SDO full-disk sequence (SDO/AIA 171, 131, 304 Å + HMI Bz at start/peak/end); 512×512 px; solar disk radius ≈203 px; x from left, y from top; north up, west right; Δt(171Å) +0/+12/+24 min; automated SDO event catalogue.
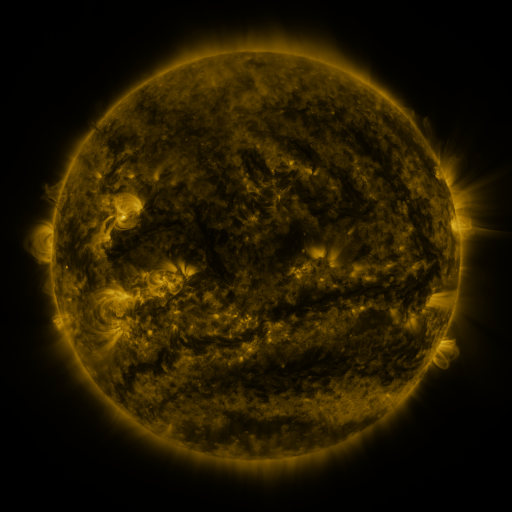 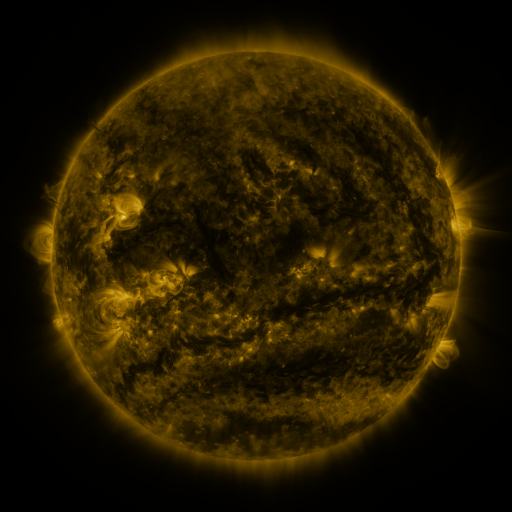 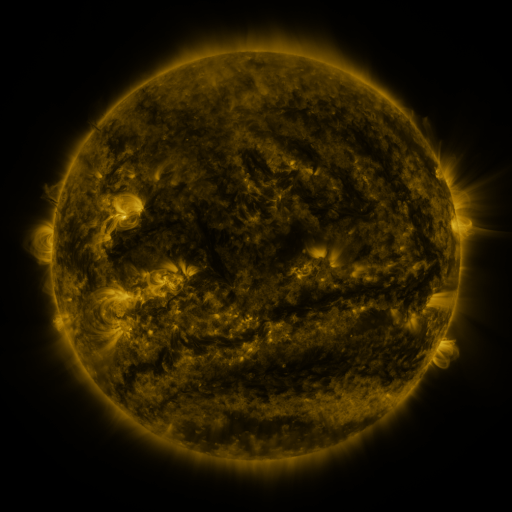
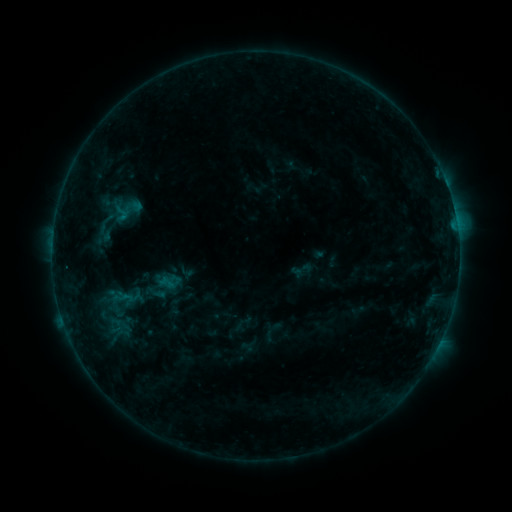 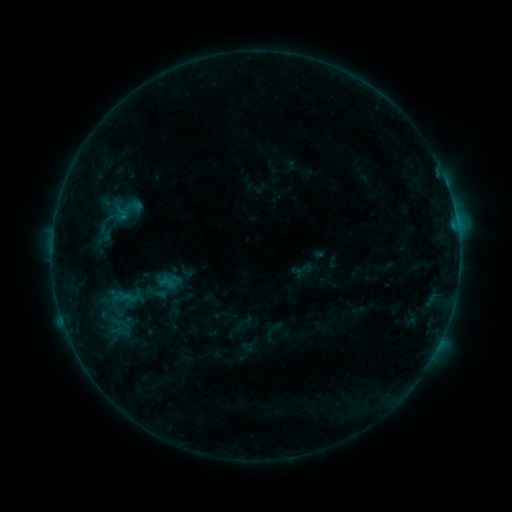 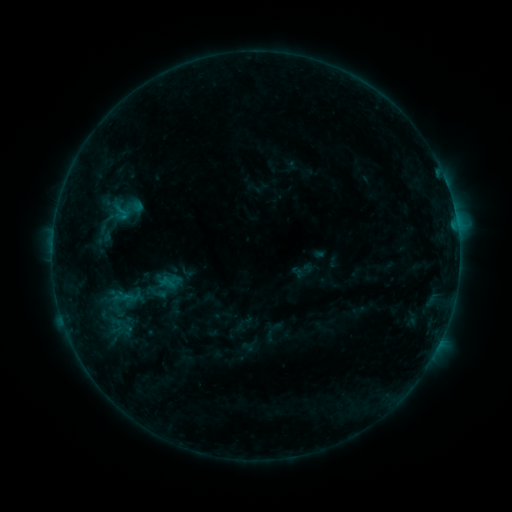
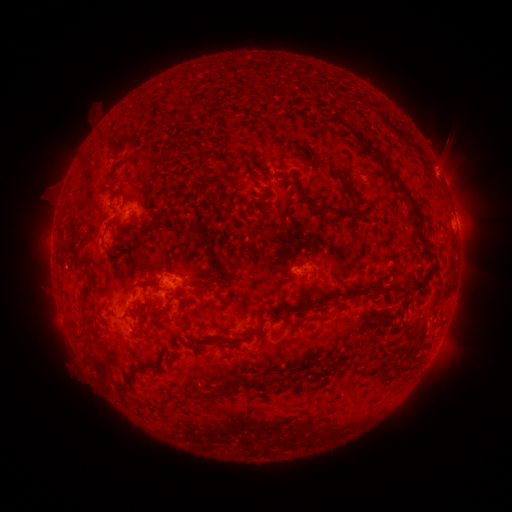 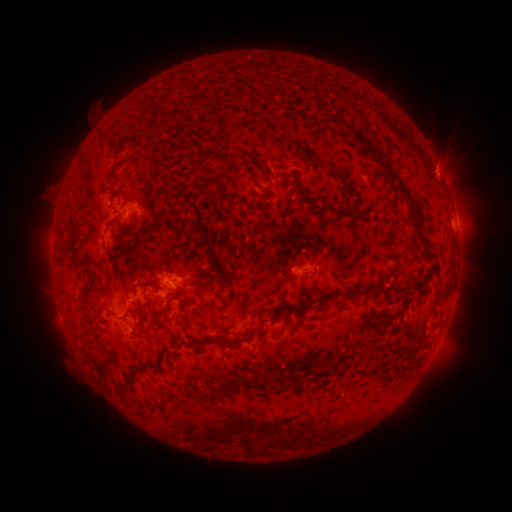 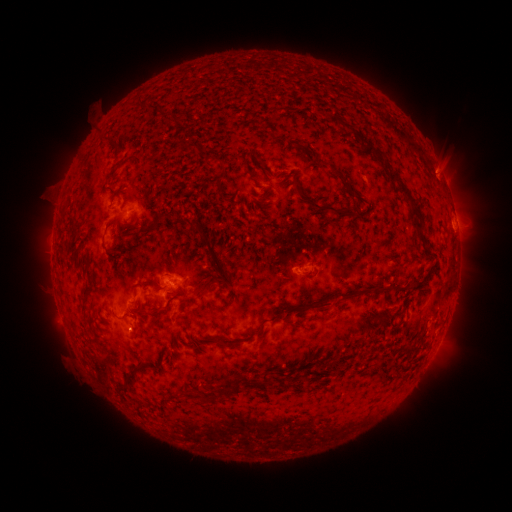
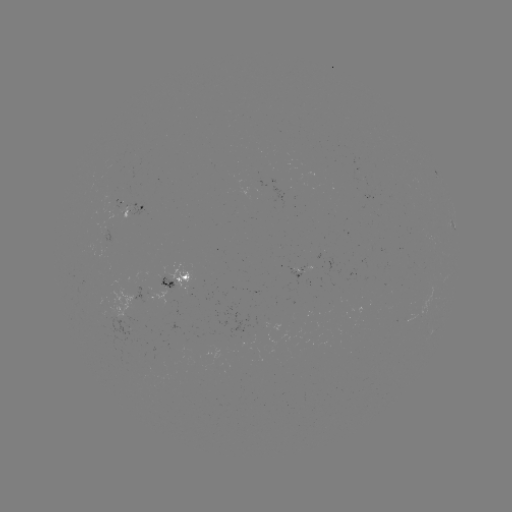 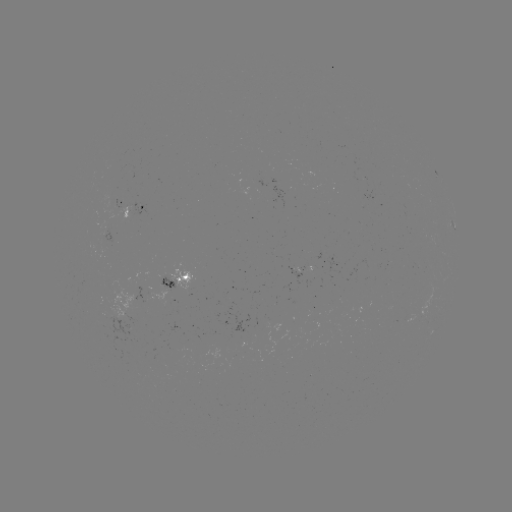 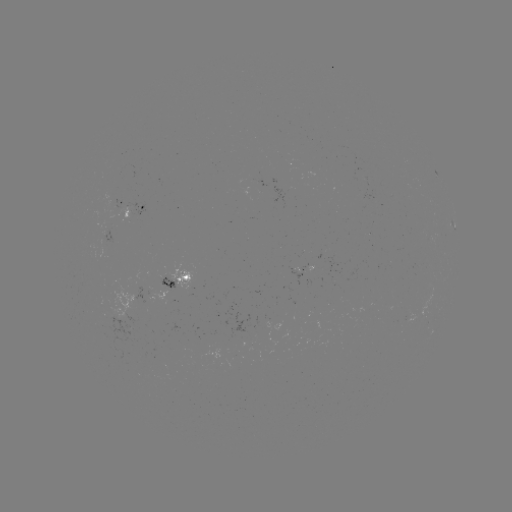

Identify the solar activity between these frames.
no flare in any classed list; no EUV-trigger detection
